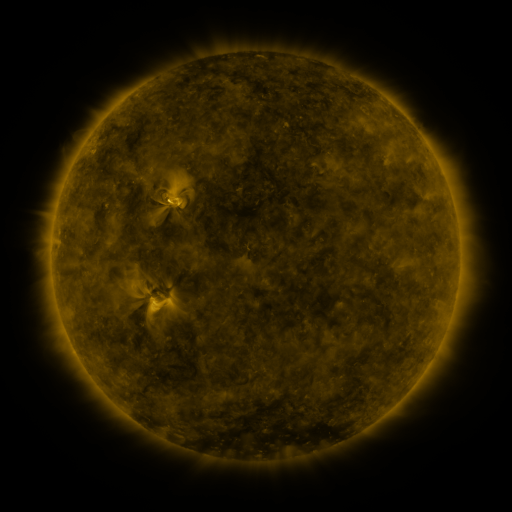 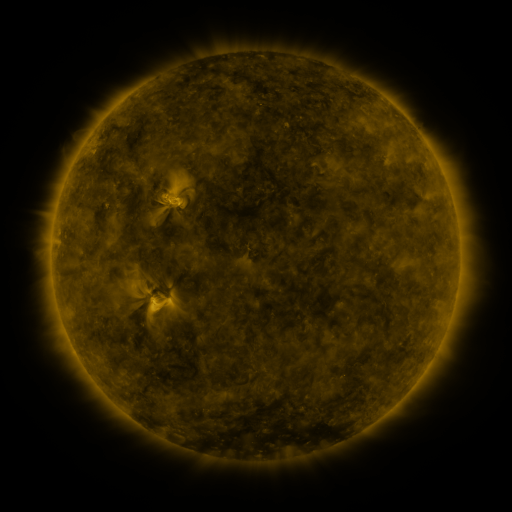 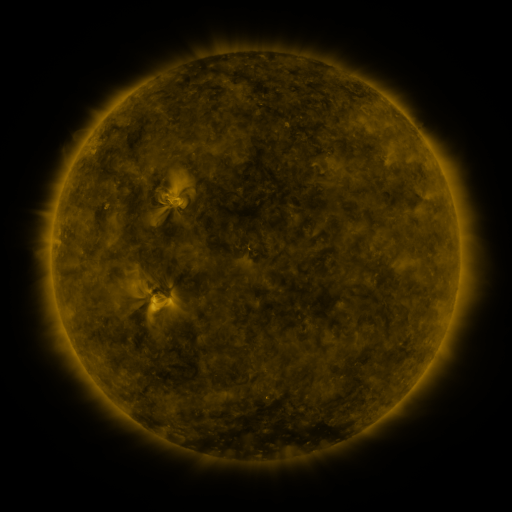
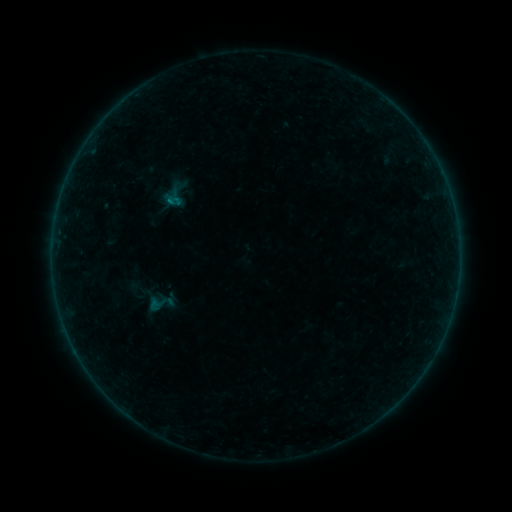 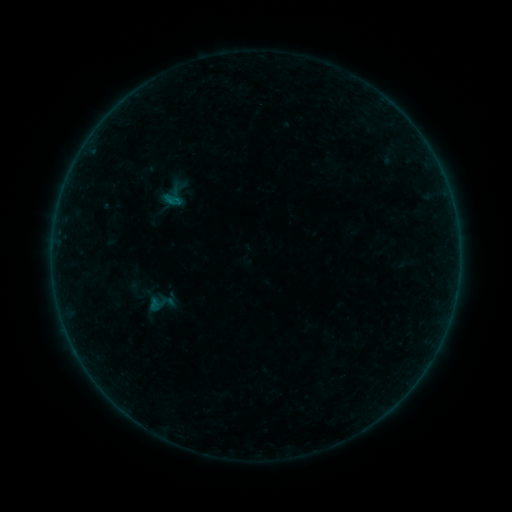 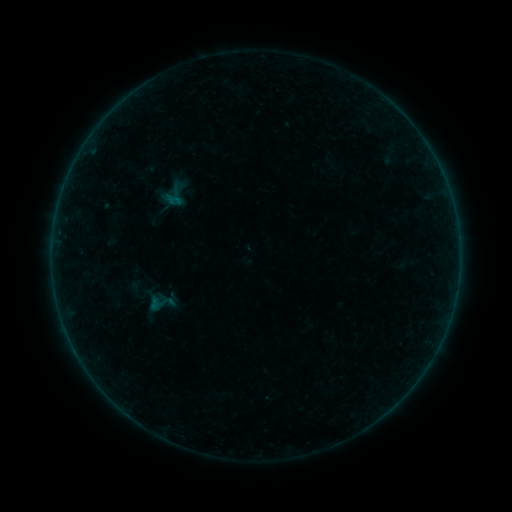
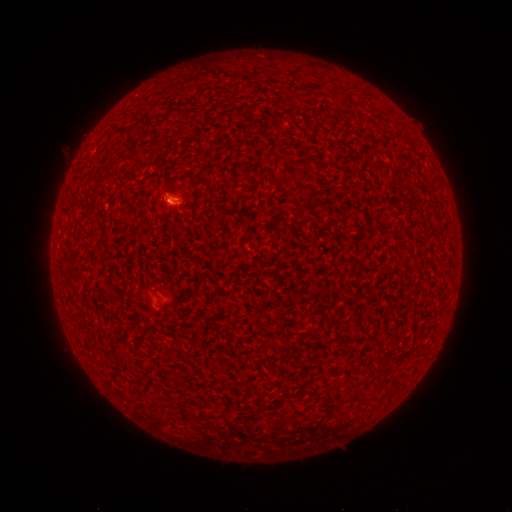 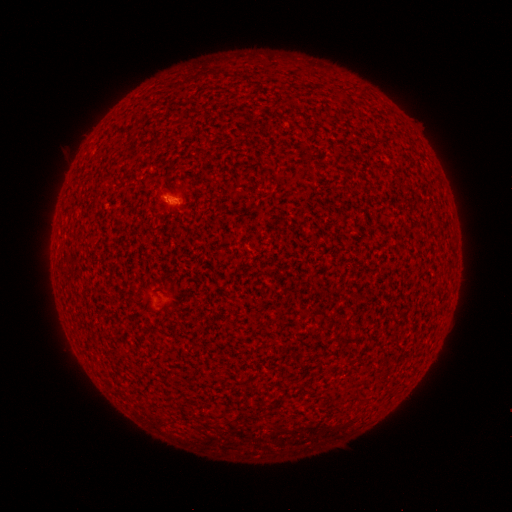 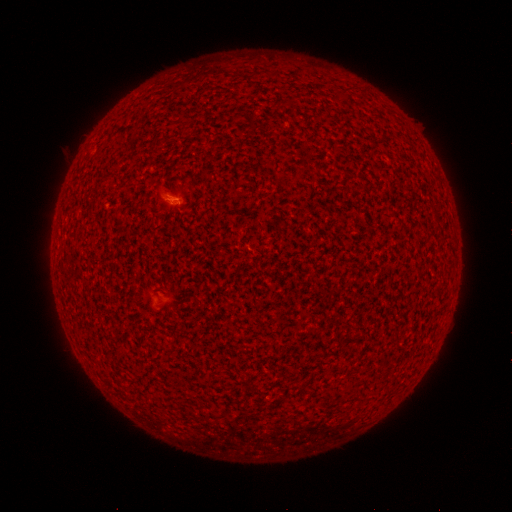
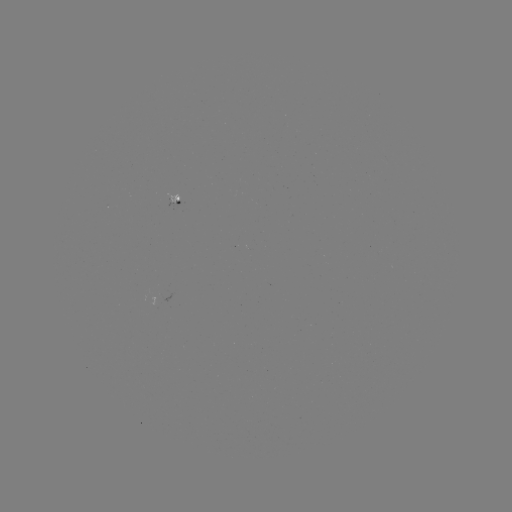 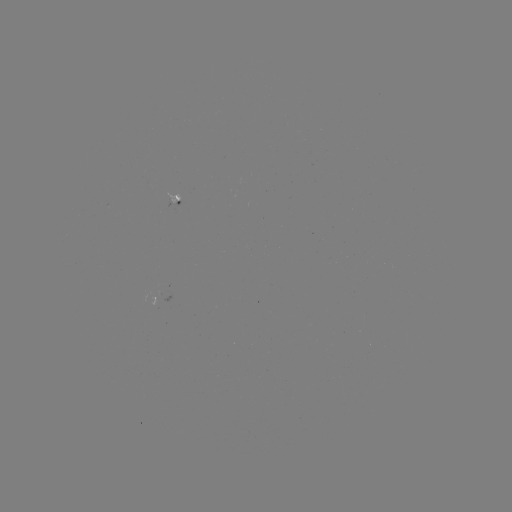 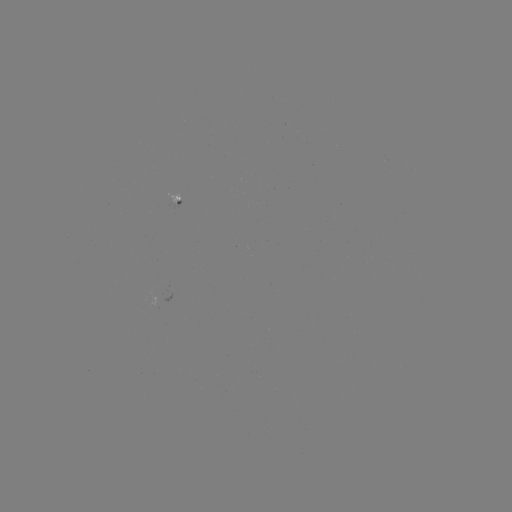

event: flare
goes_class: A2.3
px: (167, 201)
